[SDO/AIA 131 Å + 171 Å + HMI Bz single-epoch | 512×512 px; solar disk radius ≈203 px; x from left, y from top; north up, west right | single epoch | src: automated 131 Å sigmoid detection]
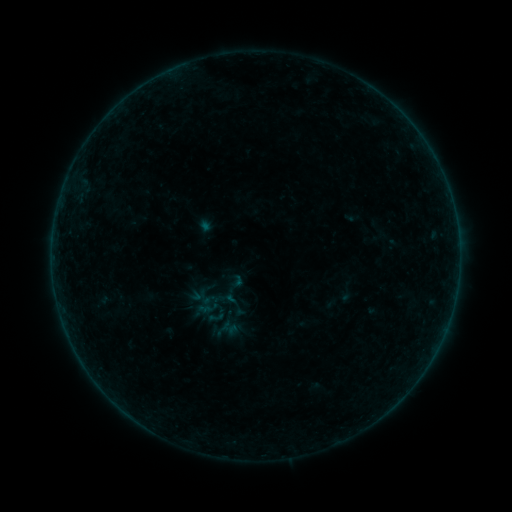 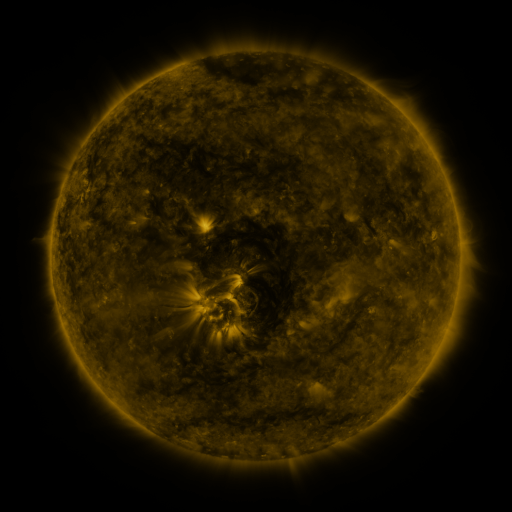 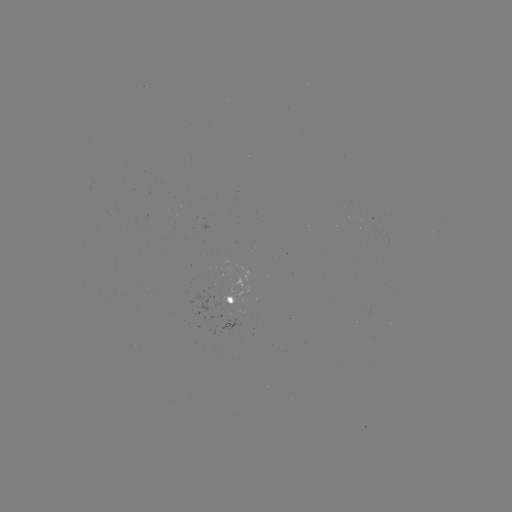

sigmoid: [206, 308, 225, 327]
